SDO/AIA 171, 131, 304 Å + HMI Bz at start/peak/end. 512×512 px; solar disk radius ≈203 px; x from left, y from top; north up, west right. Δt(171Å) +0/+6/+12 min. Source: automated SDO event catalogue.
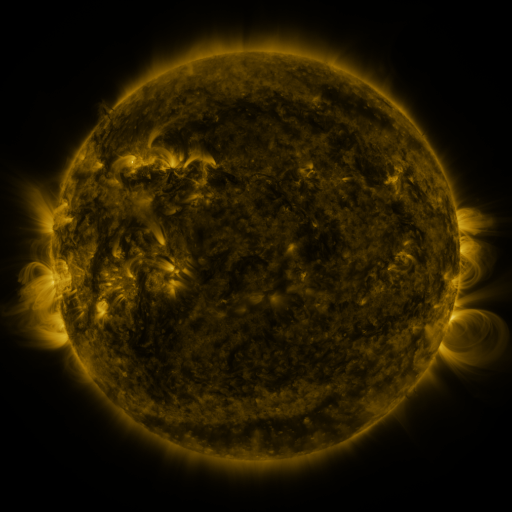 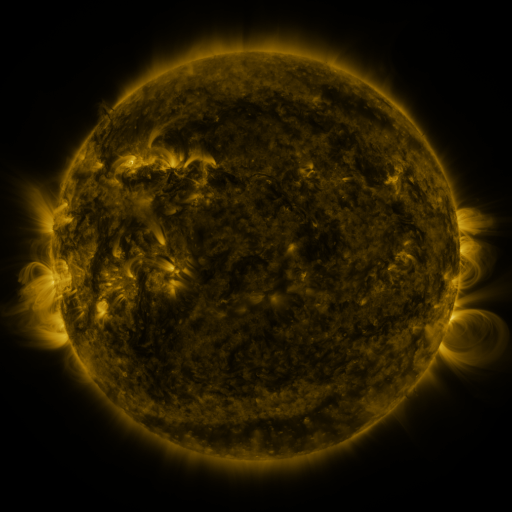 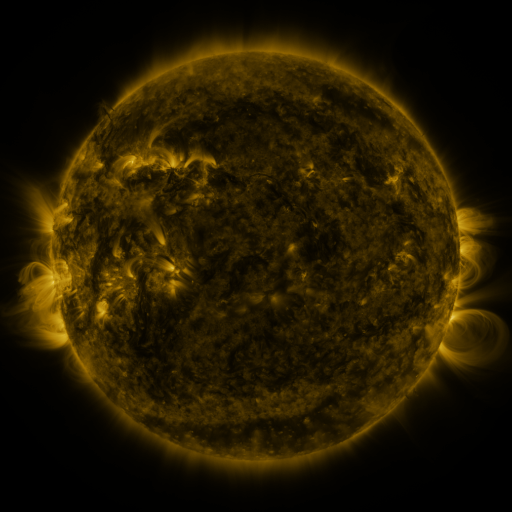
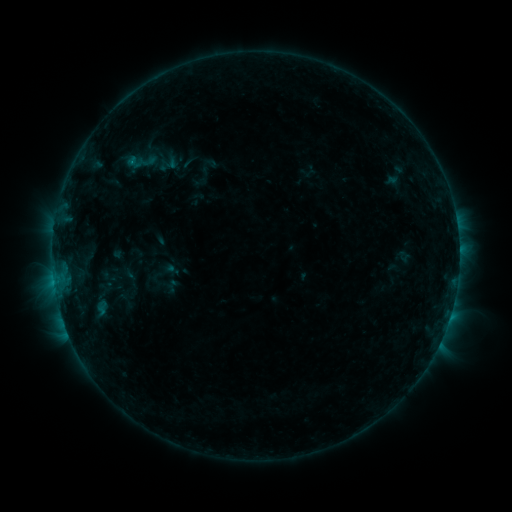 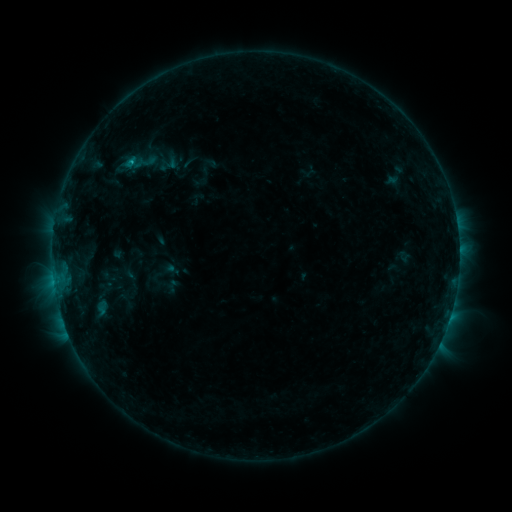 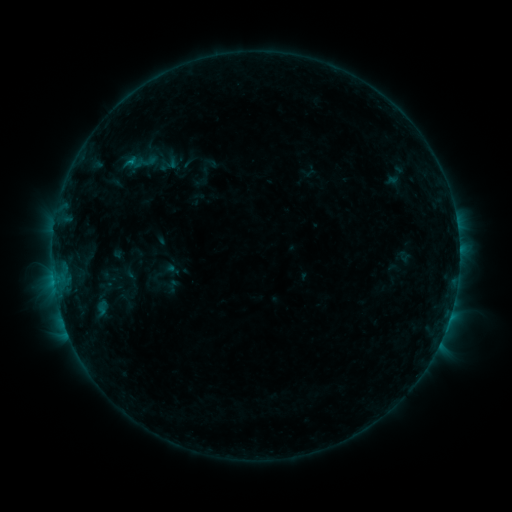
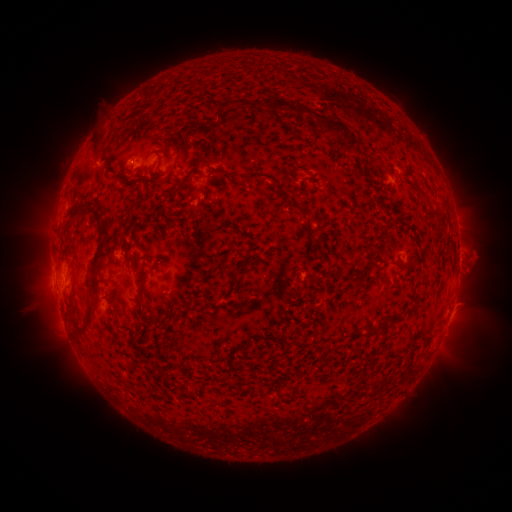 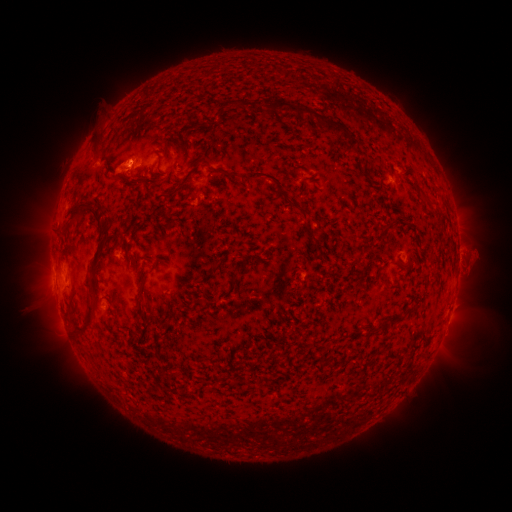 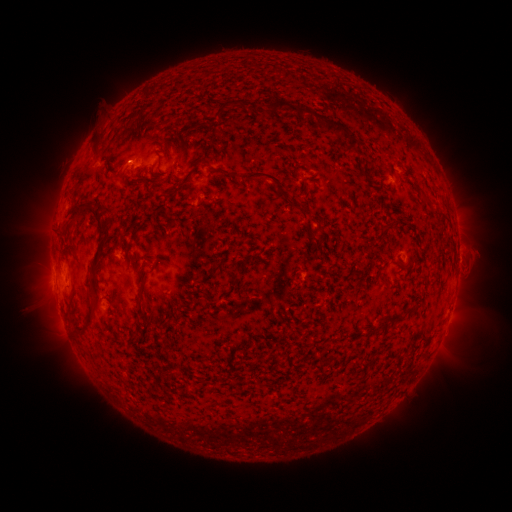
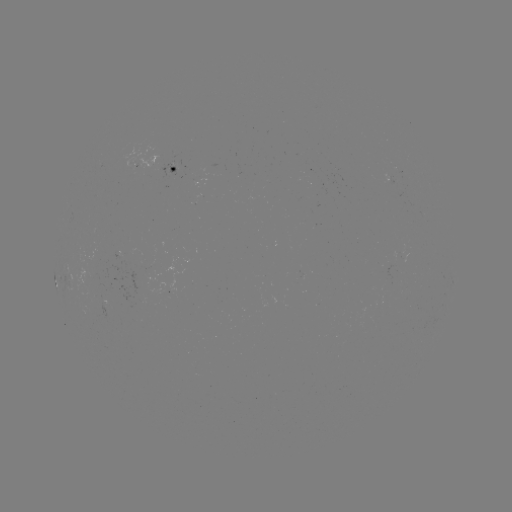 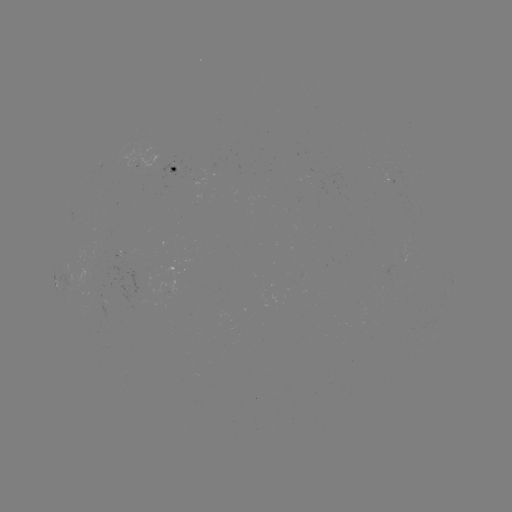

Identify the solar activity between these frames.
B6.8 flare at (131, 165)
